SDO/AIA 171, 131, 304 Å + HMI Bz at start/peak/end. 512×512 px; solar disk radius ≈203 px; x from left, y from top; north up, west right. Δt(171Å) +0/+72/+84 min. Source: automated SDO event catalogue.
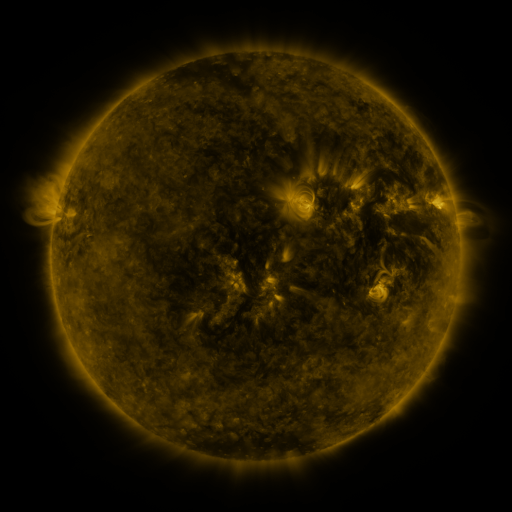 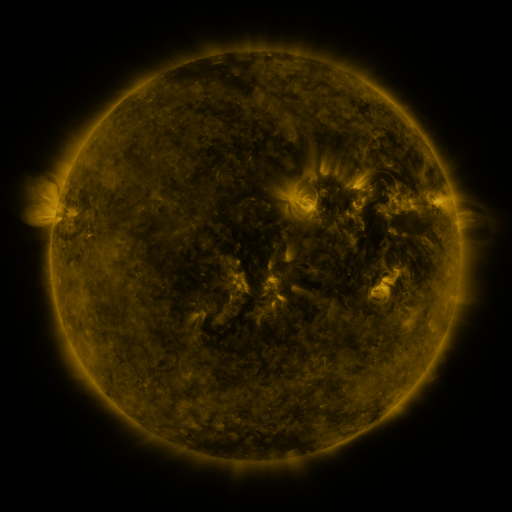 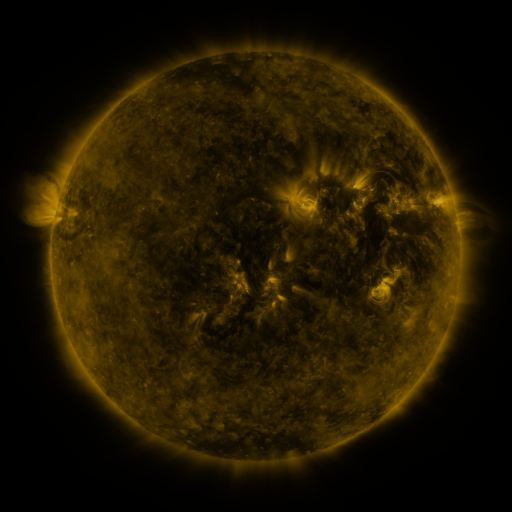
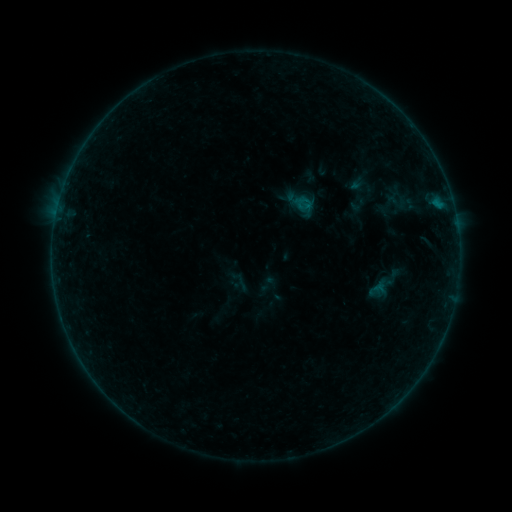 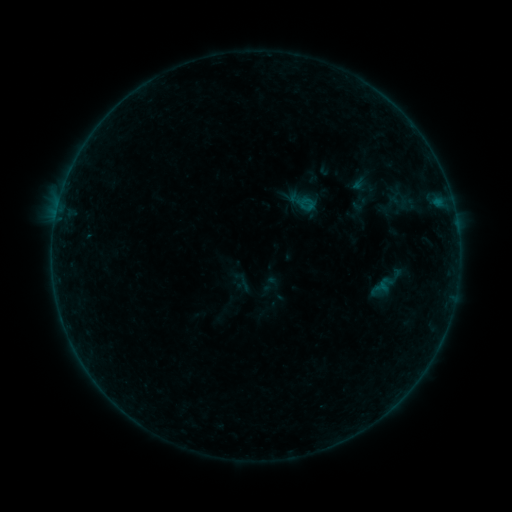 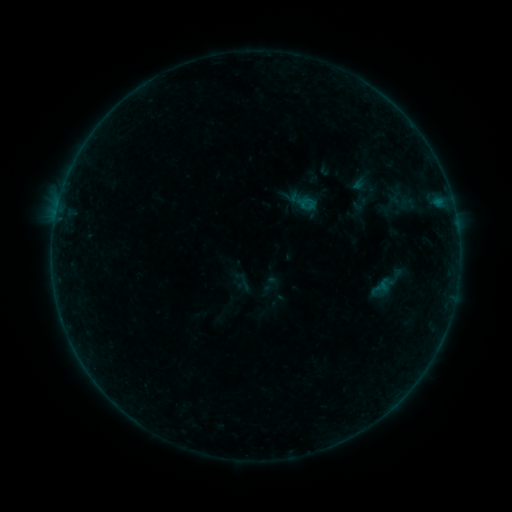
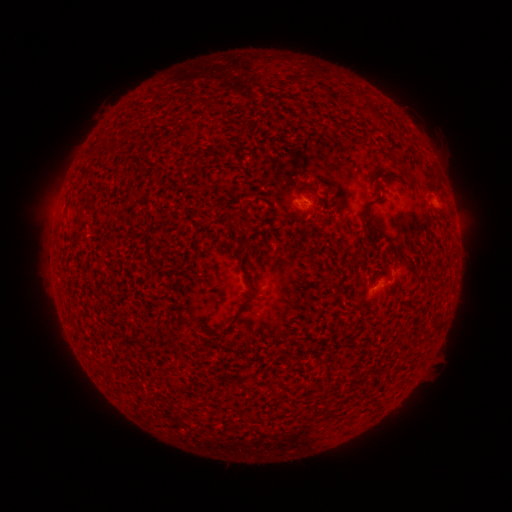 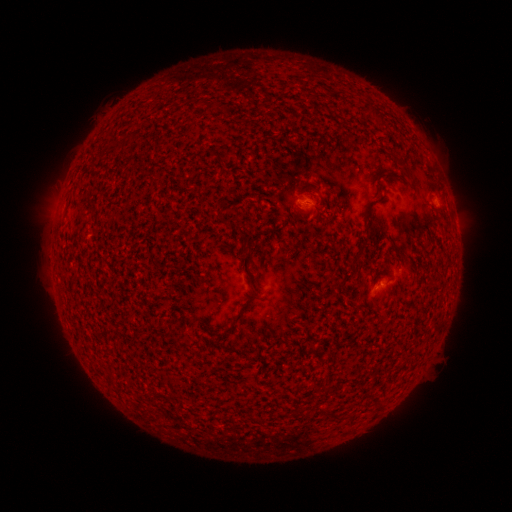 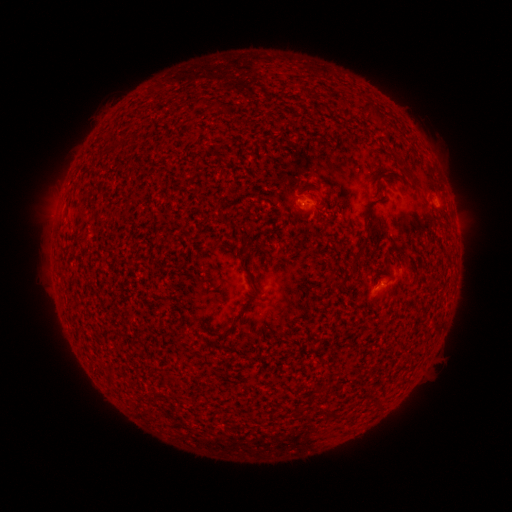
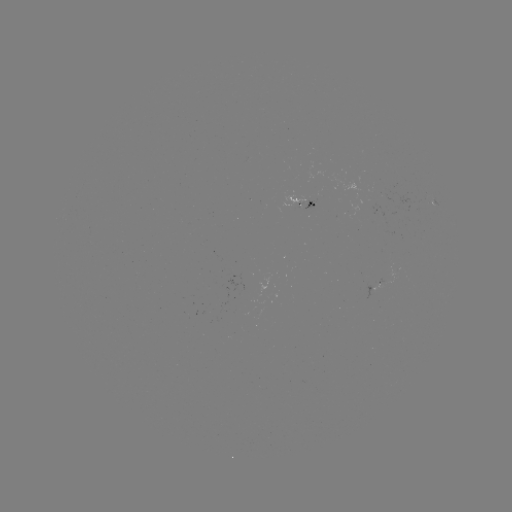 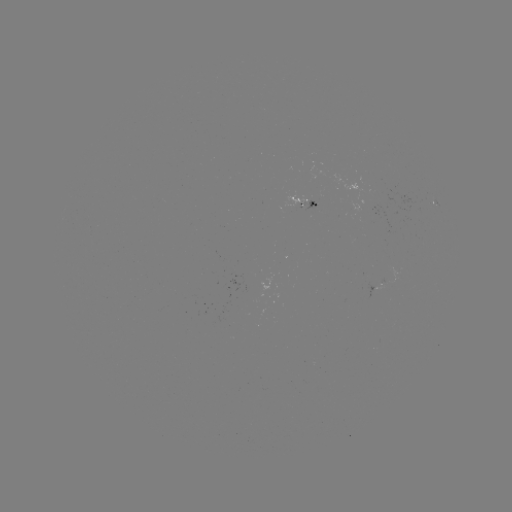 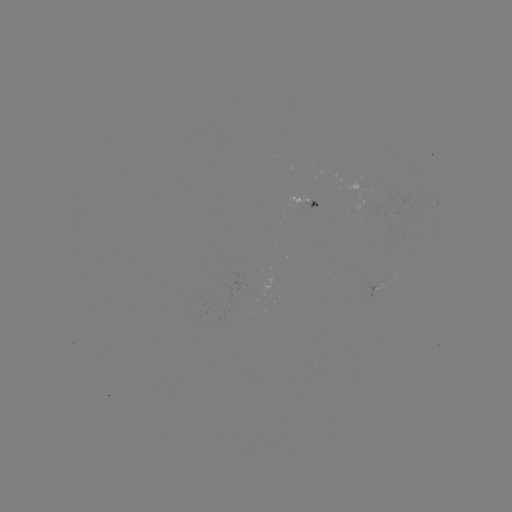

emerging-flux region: (284, 192, 308, 208)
